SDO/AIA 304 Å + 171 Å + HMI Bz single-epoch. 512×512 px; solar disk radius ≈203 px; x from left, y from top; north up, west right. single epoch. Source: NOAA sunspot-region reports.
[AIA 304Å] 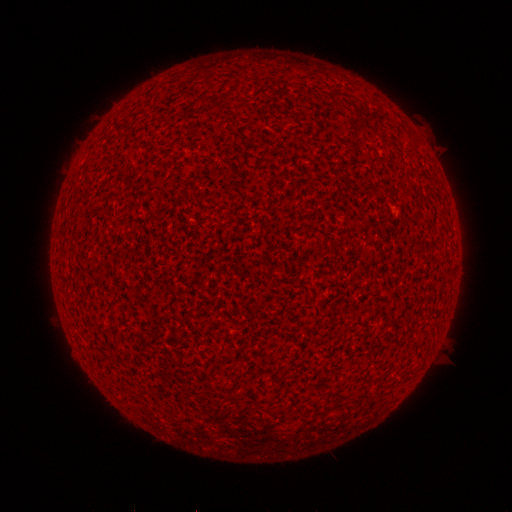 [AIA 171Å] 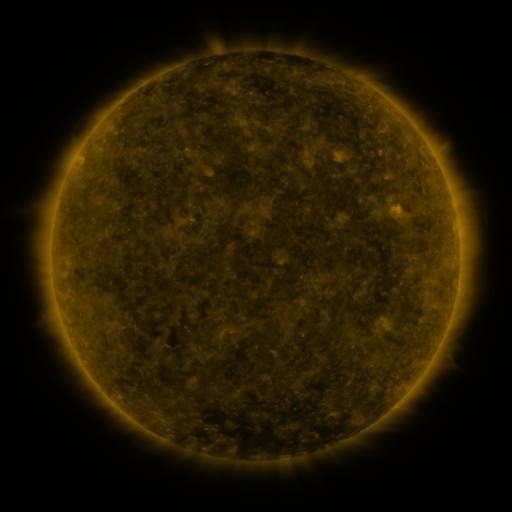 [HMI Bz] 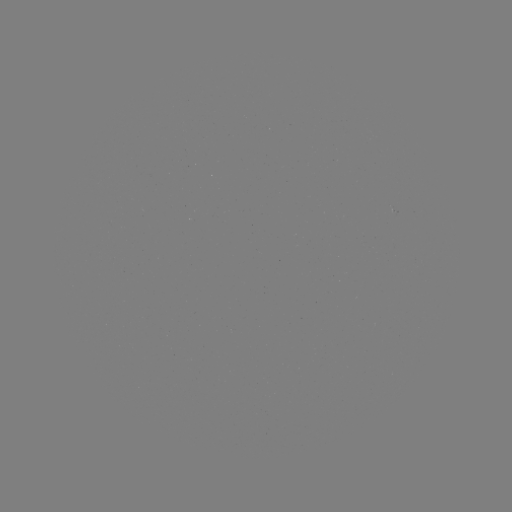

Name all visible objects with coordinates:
(none)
